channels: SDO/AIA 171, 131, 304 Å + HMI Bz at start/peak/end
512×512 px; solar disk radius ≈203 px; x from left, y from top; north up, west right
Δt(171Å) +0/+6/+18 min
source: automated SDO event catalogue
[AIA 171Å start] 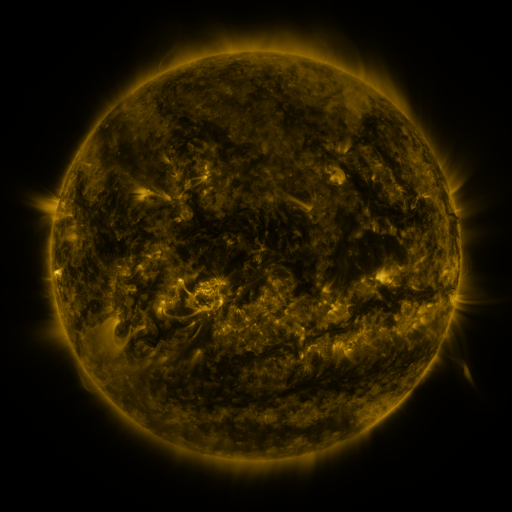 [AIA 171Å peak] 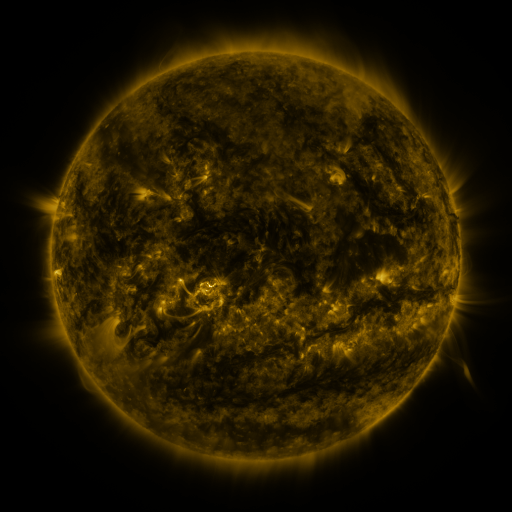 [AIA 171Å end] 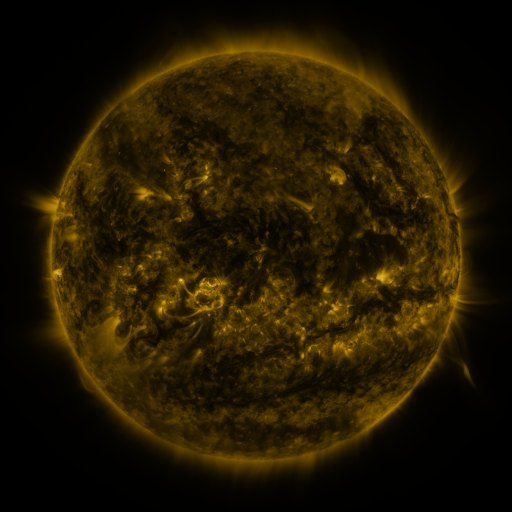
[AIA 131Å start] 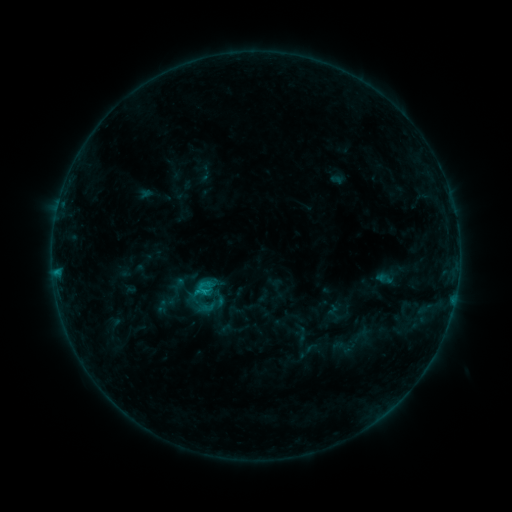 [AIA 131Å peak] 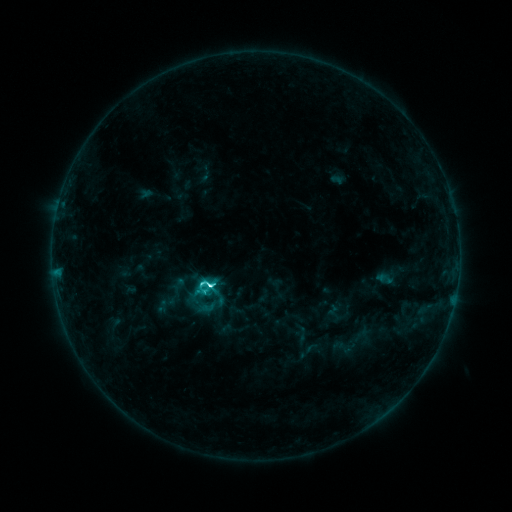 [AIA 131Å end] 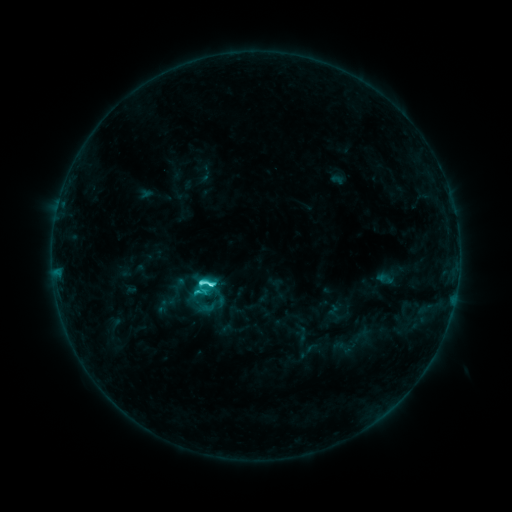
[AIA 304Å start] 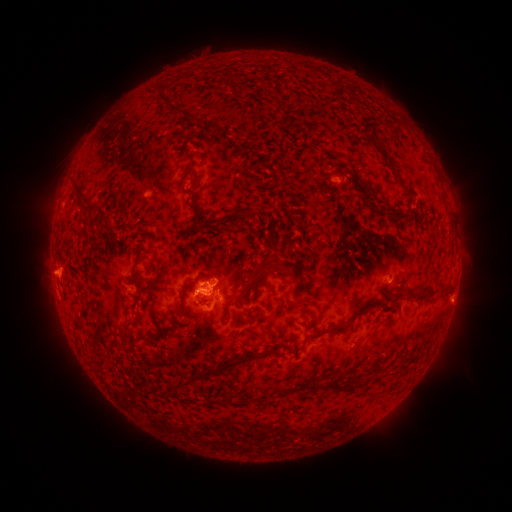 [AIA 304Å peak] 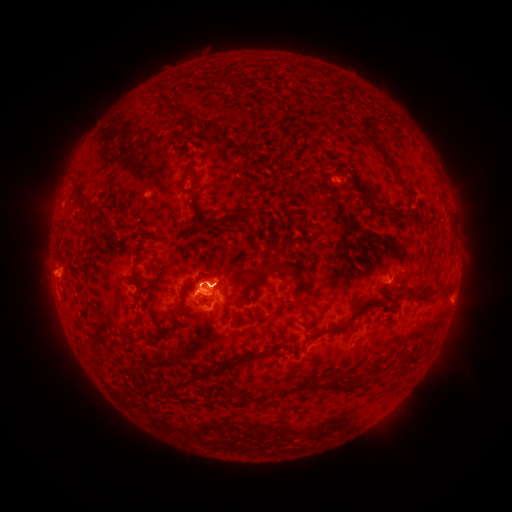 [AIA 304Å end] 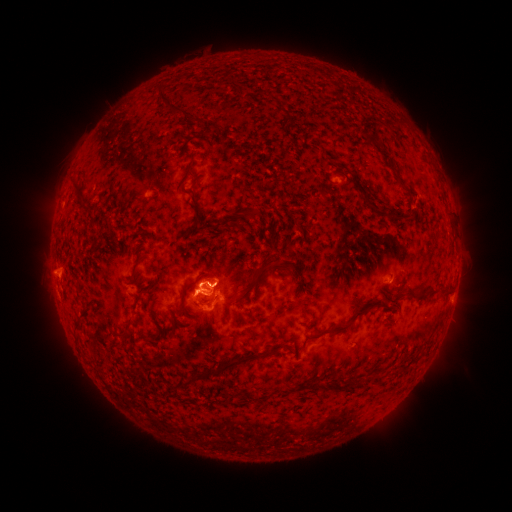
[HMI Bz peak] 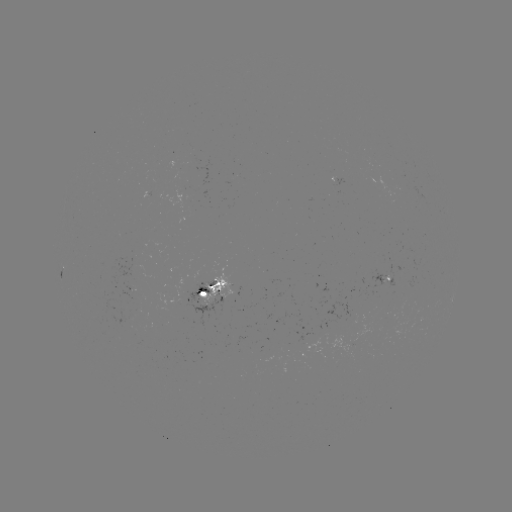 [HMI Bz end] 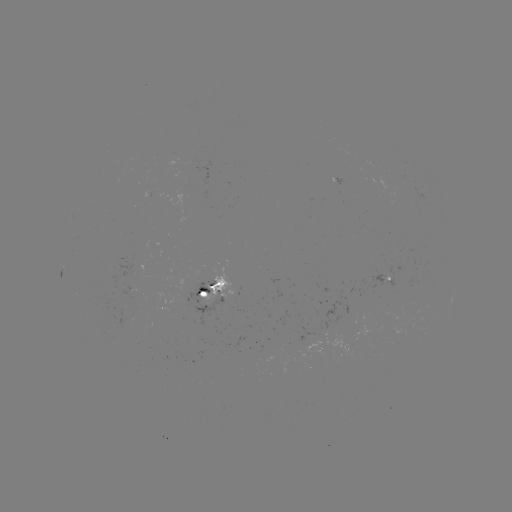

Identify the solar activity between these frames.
C5.7 flare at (211, 284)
